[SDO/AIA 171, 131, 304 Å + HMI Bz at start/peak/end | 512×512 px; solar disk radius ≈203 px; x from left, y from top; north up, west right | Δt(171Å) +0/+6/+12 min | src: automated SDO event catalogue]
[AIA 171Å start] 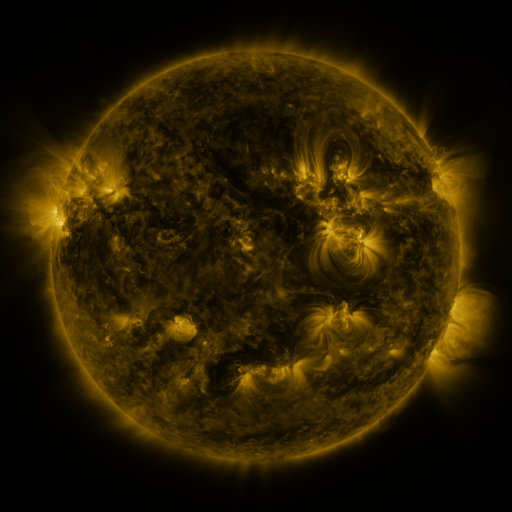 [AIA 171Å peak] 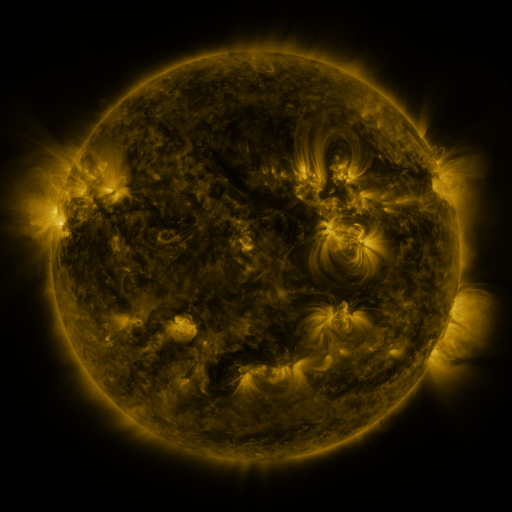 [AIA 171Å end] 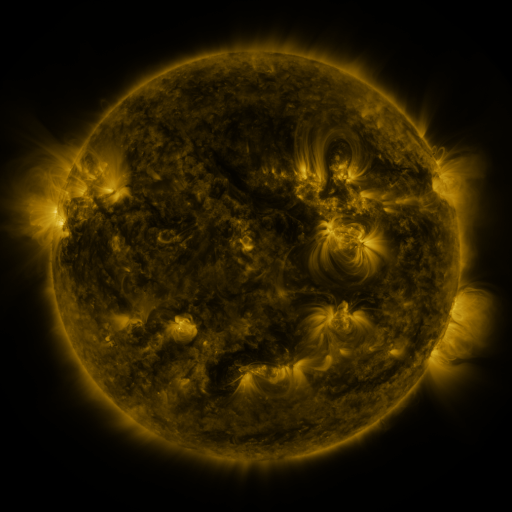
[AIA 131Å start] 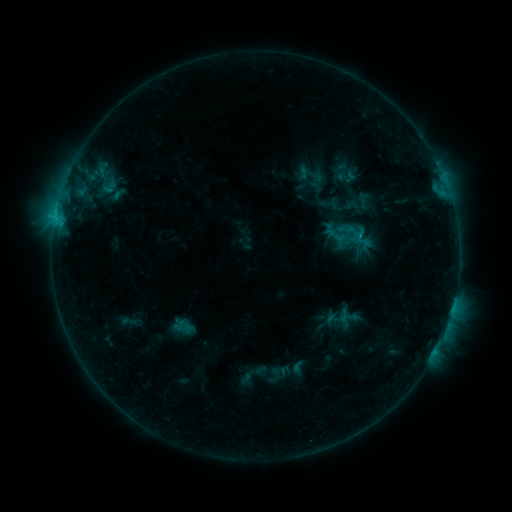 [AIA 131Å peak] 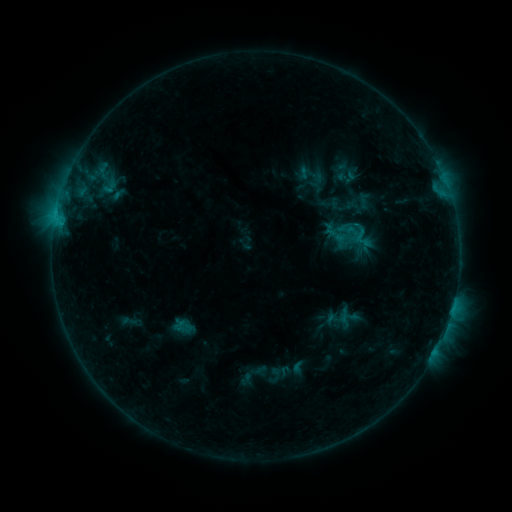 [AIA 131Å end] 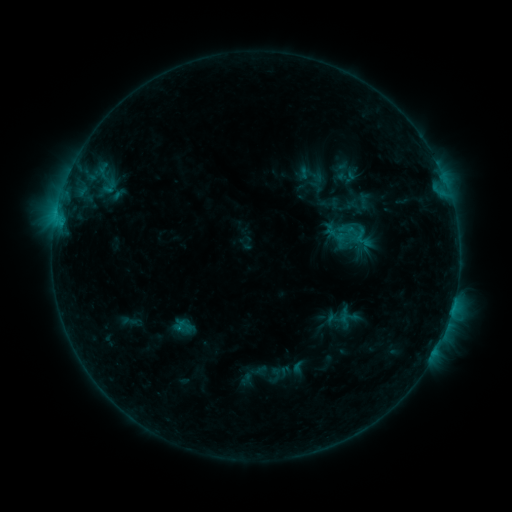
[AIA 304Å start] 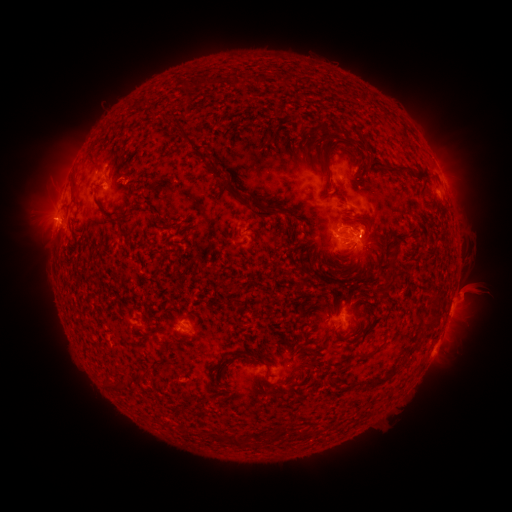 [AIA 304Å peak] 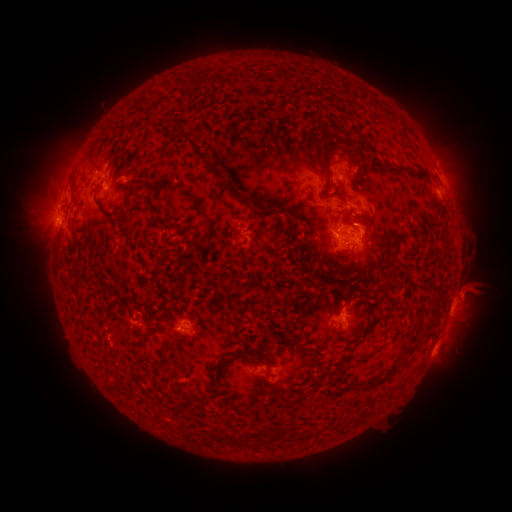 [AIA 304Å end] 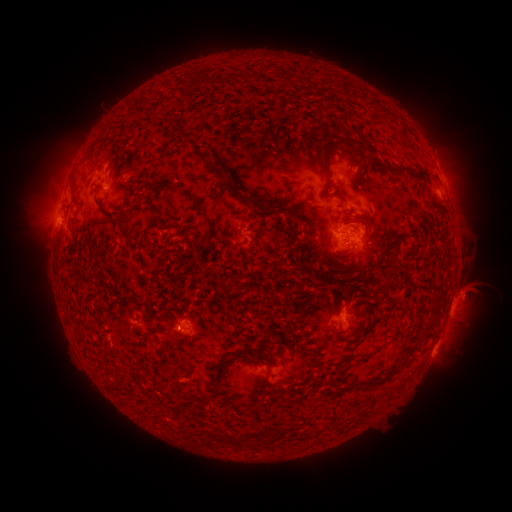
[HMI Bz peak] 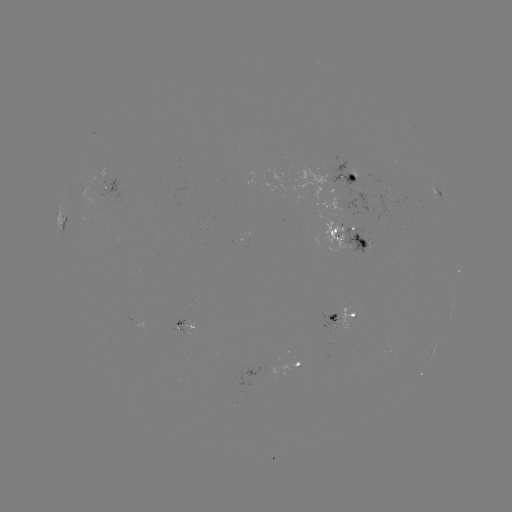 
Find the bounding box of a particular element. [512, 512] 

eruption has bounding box [348, 210, 395, 268].